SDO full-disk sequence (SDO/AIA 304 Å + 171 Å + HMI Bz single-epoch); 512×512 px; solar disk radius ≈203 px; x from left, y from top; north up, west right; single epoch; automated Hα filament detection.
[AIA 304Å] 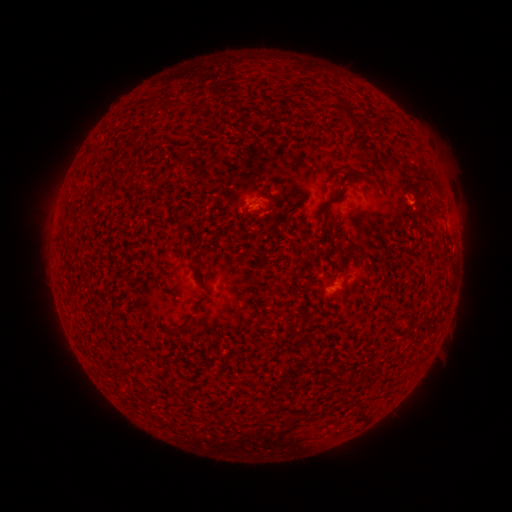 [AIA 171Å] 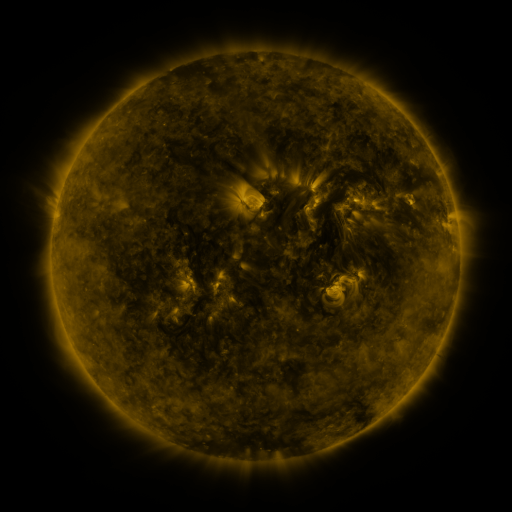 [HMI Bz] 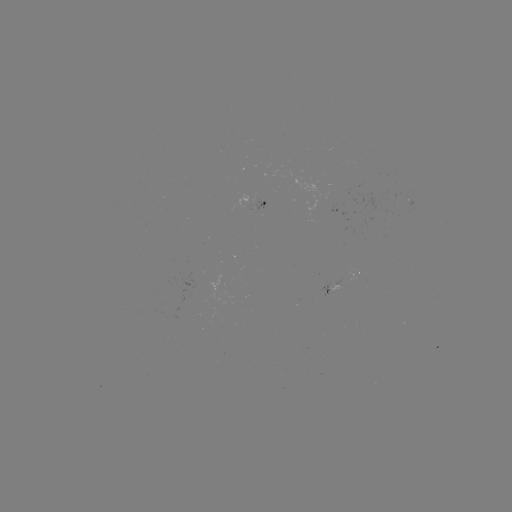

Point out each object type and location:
filament: (161, 99, 176, 110)
filament: (337, 103, 357, 127)
filament: (357, 144, 376, 164)
